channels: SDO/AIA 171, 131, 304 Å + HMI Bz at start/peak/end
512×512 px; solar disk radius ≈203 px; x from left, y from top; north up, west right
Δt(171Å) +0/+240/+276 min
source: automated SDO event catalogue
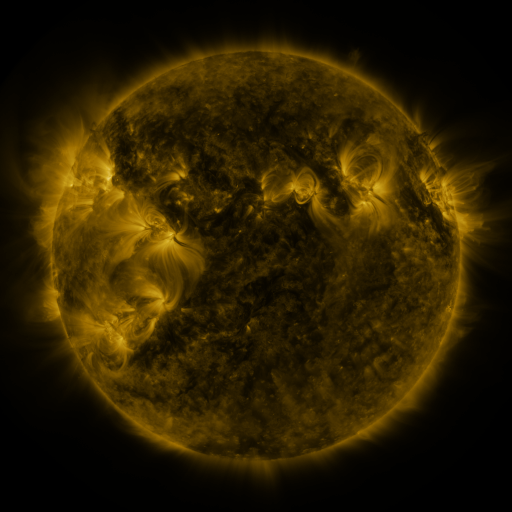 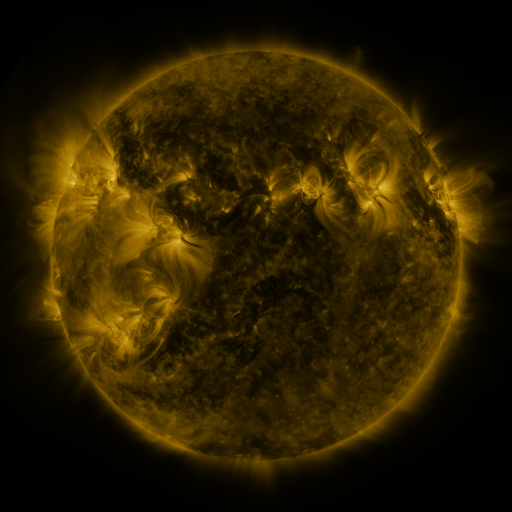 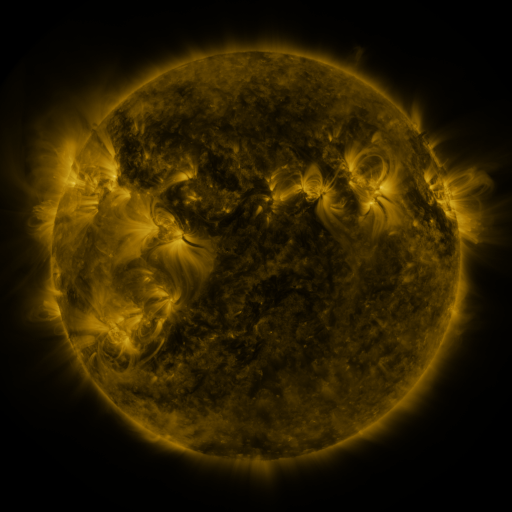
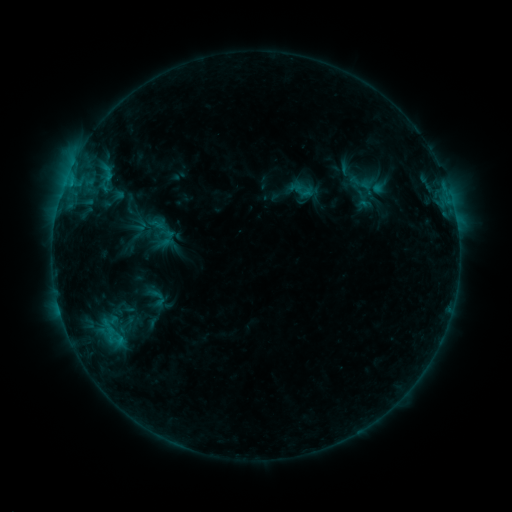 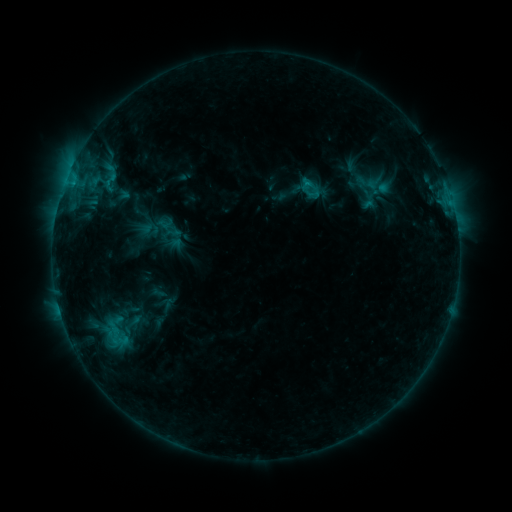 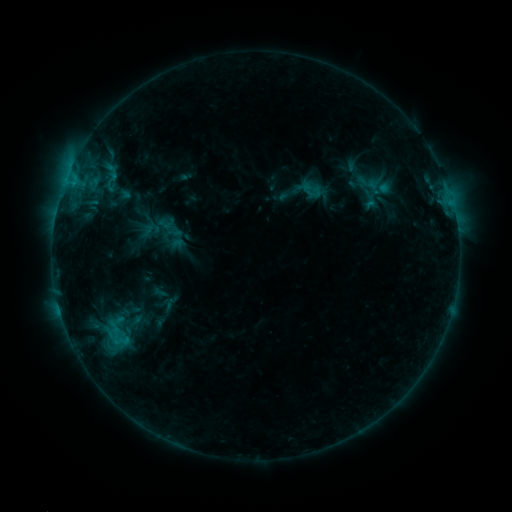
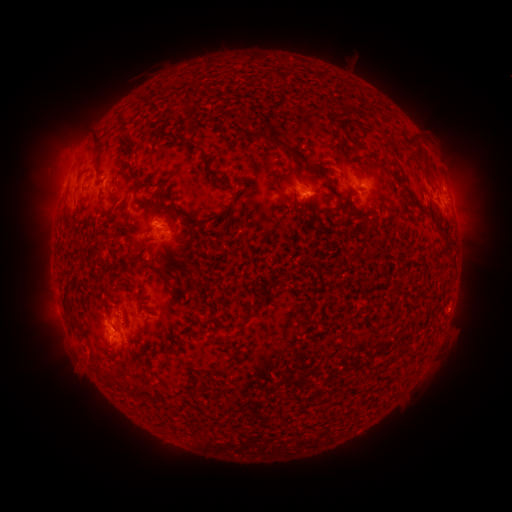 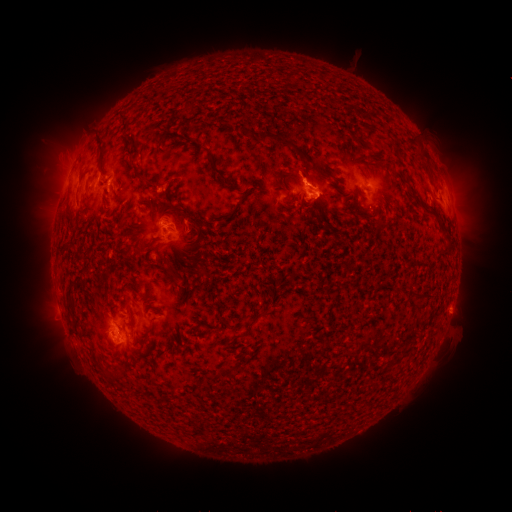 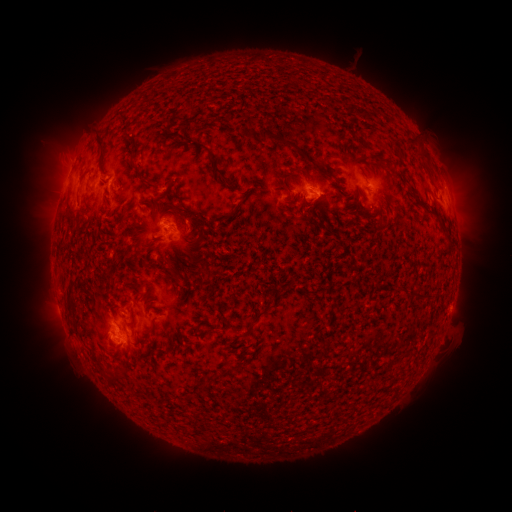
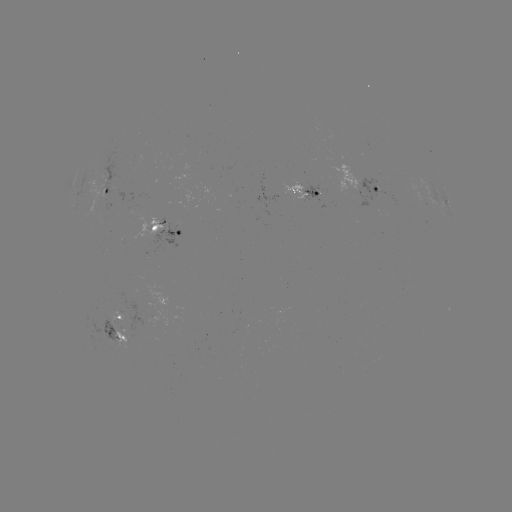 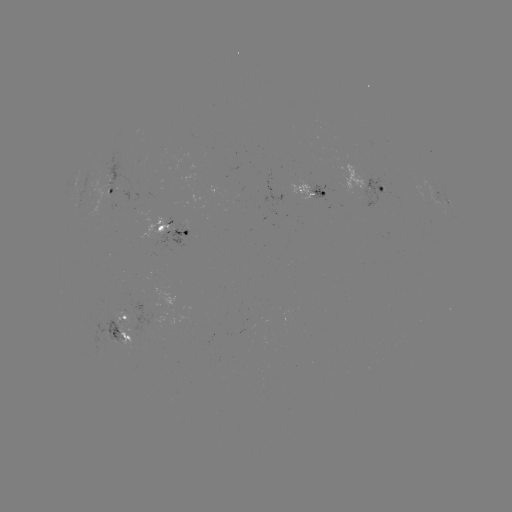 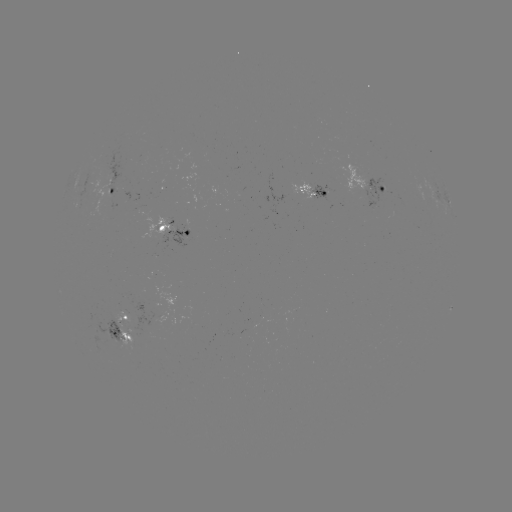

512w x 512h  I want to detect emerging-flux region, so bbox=[307, 180, 331, 202].